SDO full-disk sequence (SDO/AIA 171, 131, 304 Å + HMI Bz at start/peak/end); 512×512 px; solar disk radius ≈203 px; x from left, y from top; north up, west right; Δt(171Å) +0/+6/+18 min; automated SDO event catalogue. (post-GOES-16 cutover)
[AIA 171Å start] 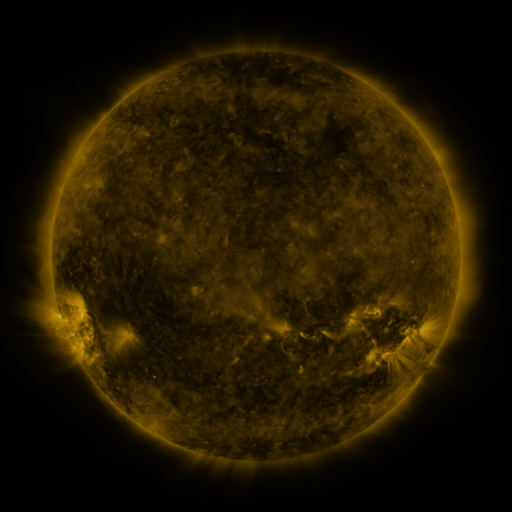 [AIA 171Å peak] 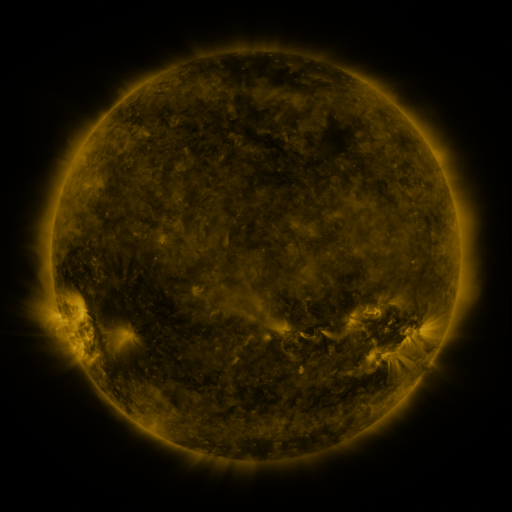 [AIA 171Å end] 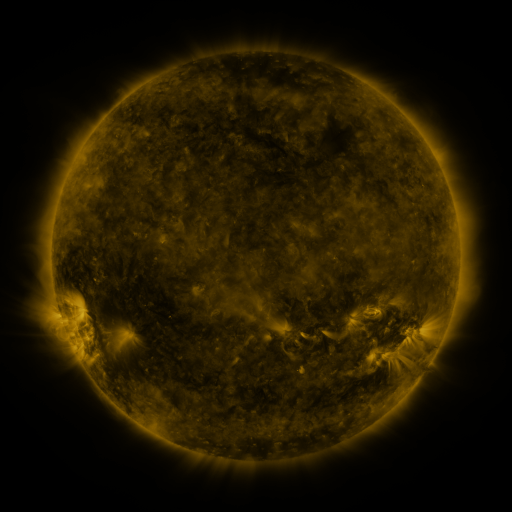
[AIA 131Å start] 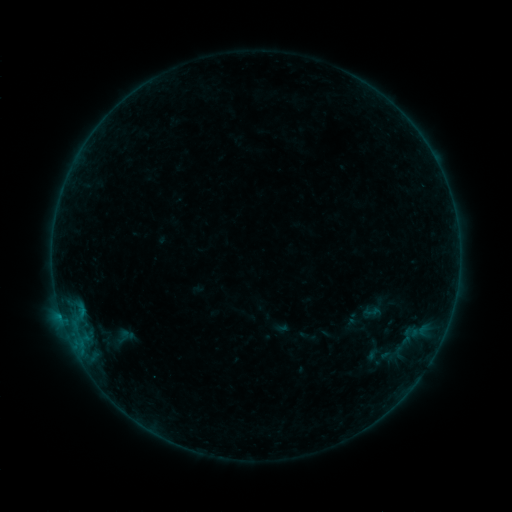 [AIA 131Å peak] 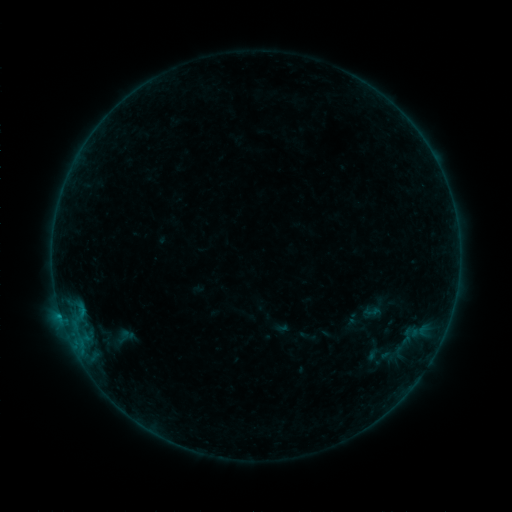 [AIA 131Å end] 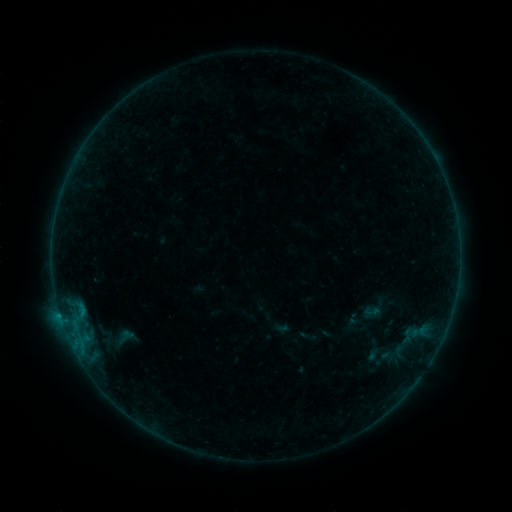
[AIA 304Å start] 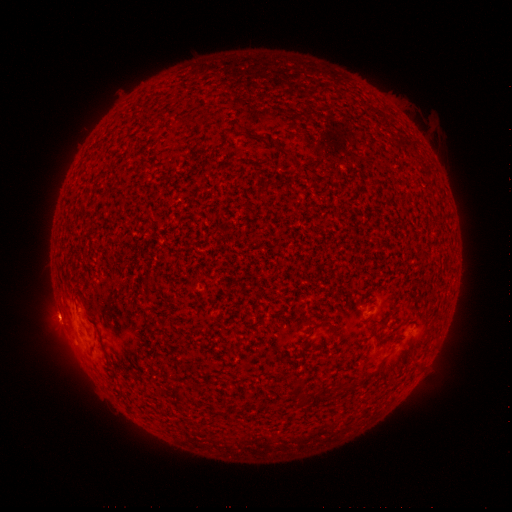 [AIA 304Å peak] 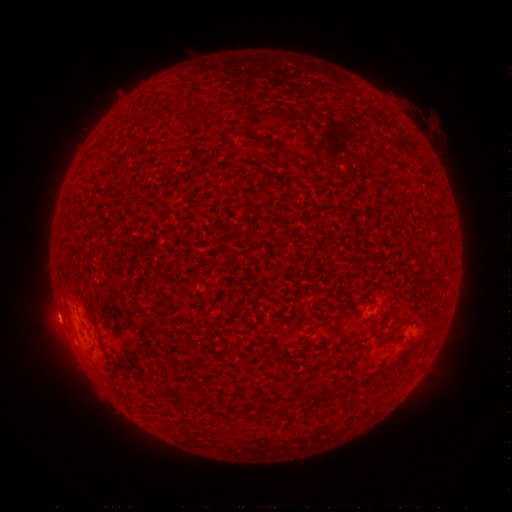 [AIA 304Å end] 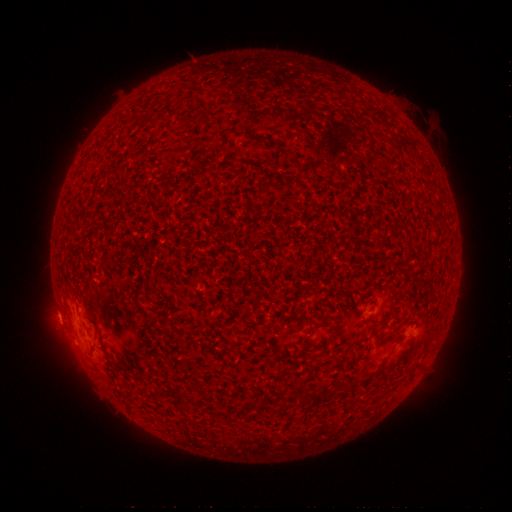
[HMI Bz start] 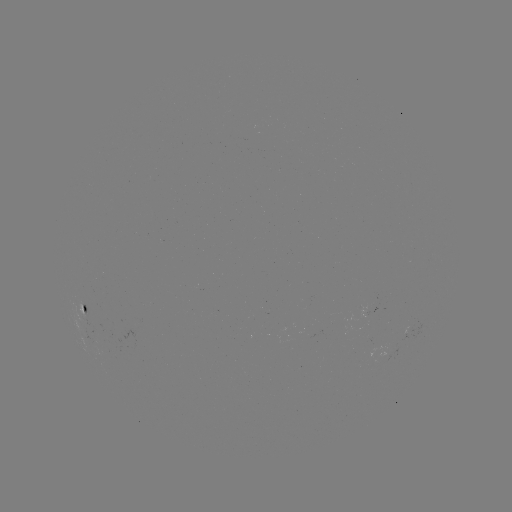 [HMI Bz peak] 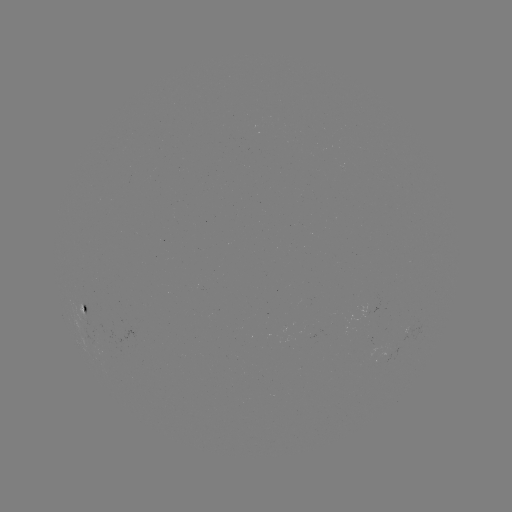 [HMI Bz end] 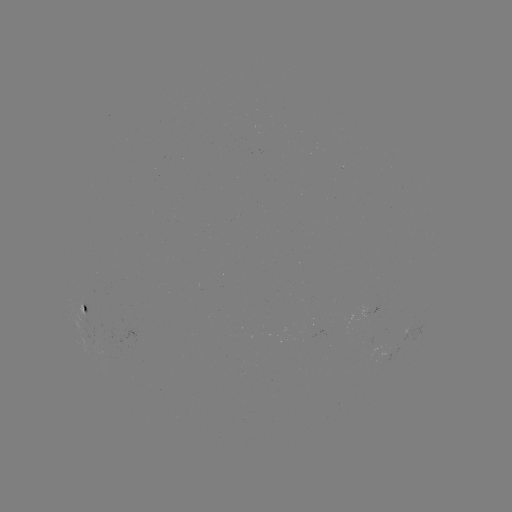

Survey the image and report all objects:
B2.5 flare: (60, 311)
